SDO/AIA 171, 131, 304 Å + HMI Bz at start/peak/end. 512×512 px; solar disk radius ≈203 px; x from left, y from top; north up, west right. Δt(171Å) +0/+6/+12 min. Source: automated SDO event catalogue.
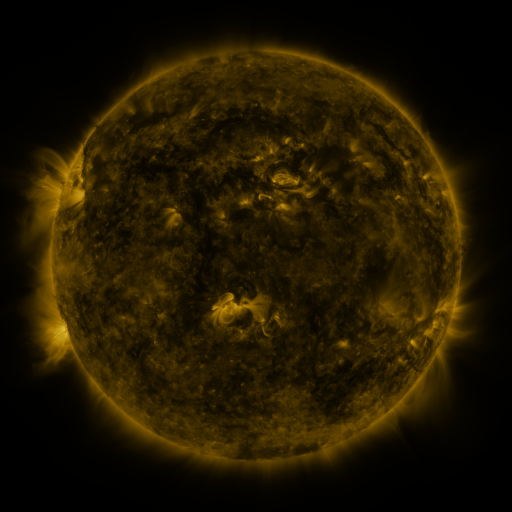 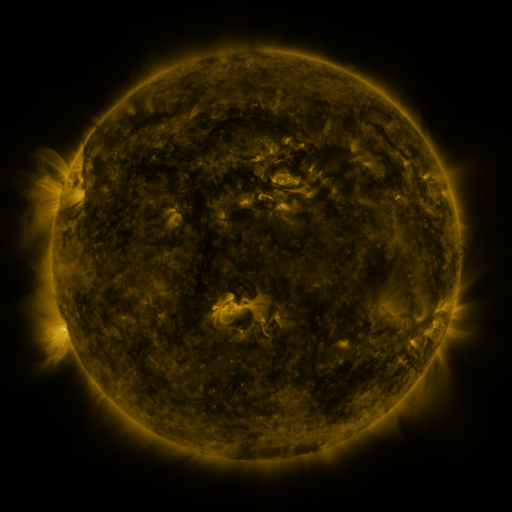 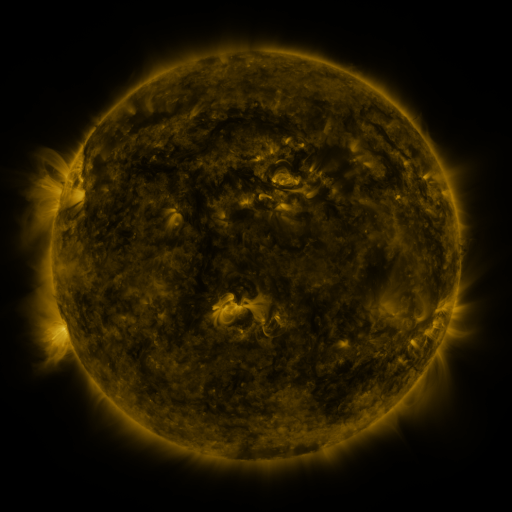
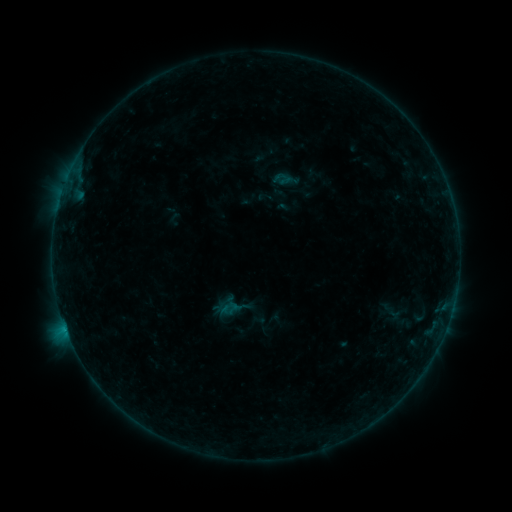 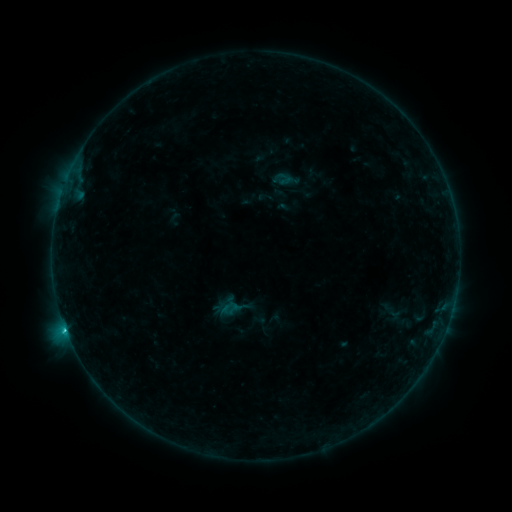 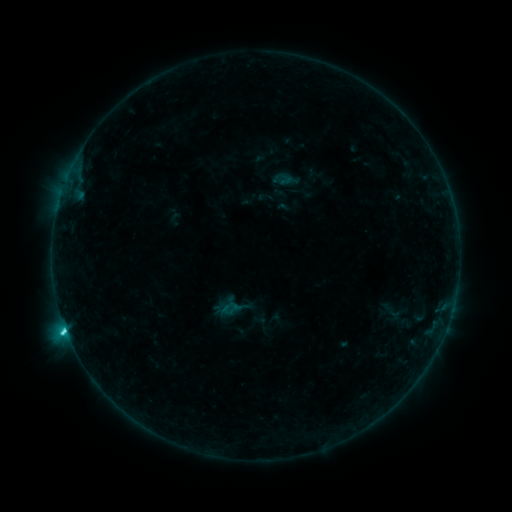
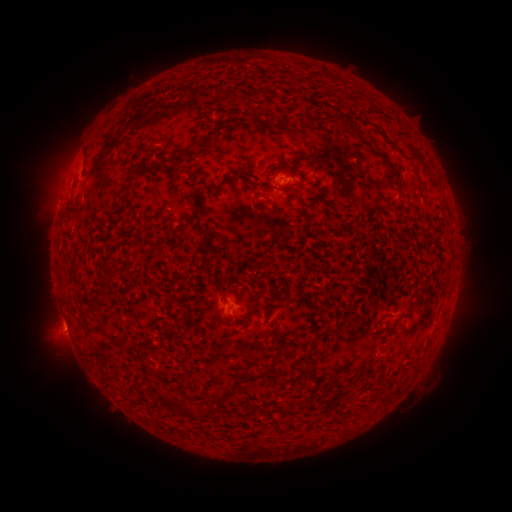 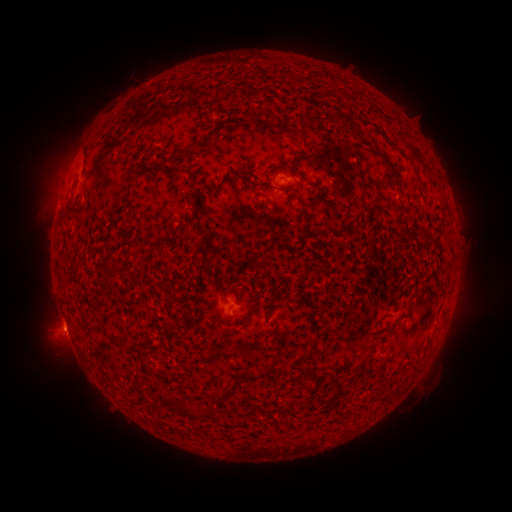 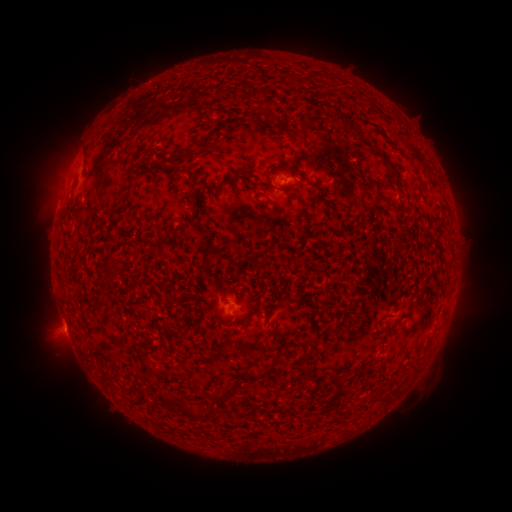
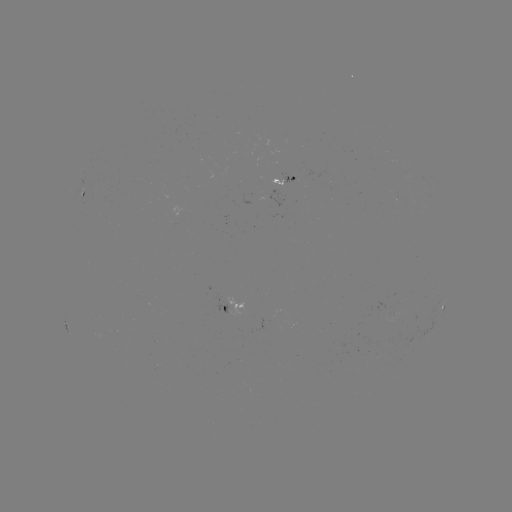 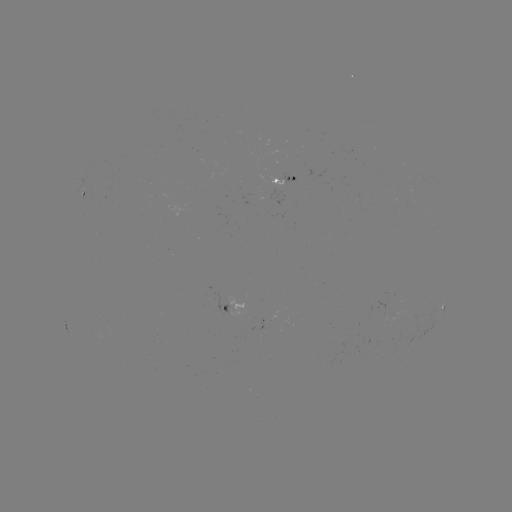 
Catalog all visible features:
C2.1 flare: (66, 328)
